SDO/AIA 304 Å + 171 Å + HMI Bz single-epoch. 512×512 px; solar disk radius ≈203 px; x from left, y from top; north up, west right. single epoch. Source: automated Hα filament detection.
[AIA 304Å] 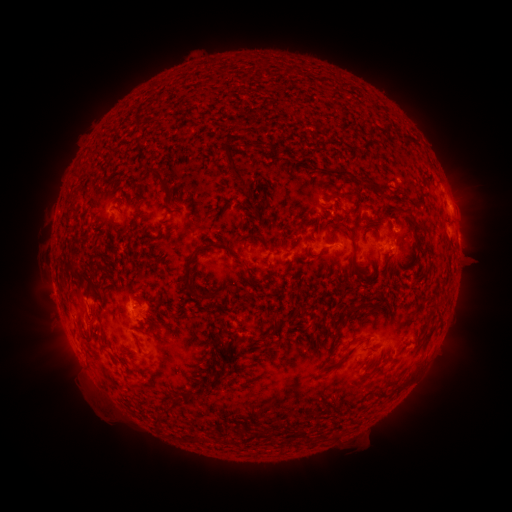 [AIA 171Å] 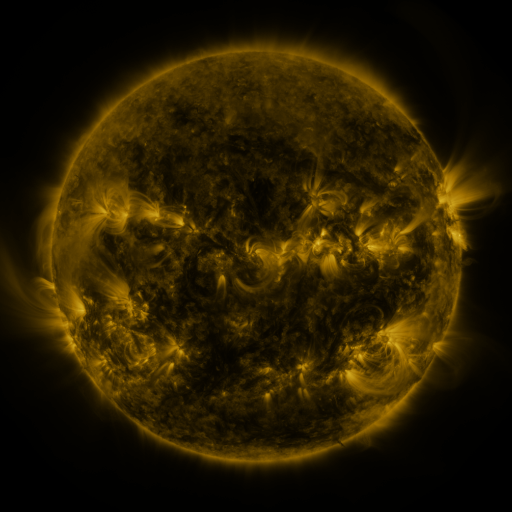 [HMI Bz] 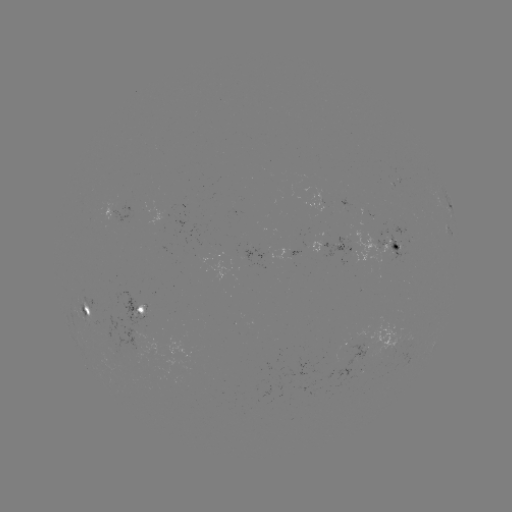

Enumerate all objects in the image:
filament: (255, 144)
filament: (337, 171)
filament: (236, 176)
filament: (161, 183)
filament: (384, 185)
filament: (356, 200)
filament: (339, 207)
filament: (397, 208)
filament: (73, 209)
filament: (256, 212)
filament: (415, 227)
filament: (151, 239)
filament: (262, 241)
filament: (353, 244)
filament: (228, 250)
filament: (71, 271)
filament: (188, 275)
filament: (80, 288)
filament: (89, 292)
filament: (350, 309)
filament: (283, 320)
filament: (429, 335)
filament: (219, 345)
filament: (348, 353)
filament: (221, 375)
filament: (199, 392)
filament: (247, 429)
